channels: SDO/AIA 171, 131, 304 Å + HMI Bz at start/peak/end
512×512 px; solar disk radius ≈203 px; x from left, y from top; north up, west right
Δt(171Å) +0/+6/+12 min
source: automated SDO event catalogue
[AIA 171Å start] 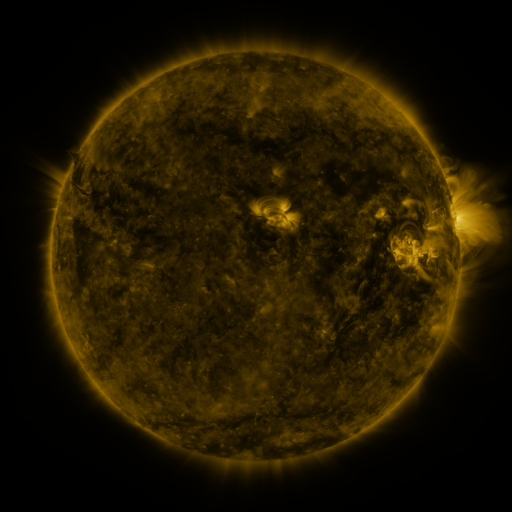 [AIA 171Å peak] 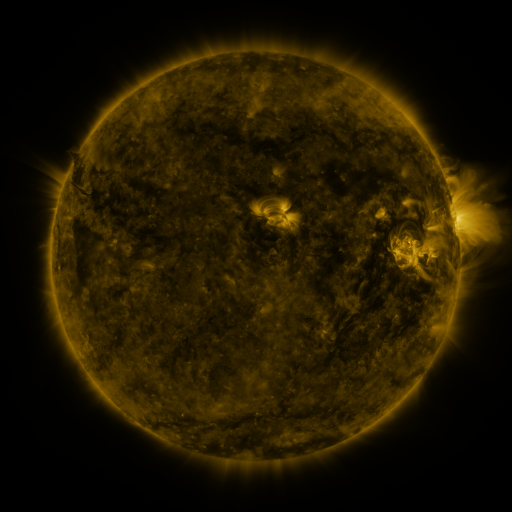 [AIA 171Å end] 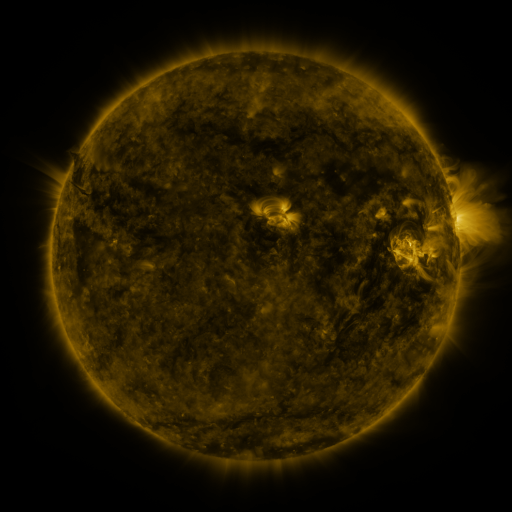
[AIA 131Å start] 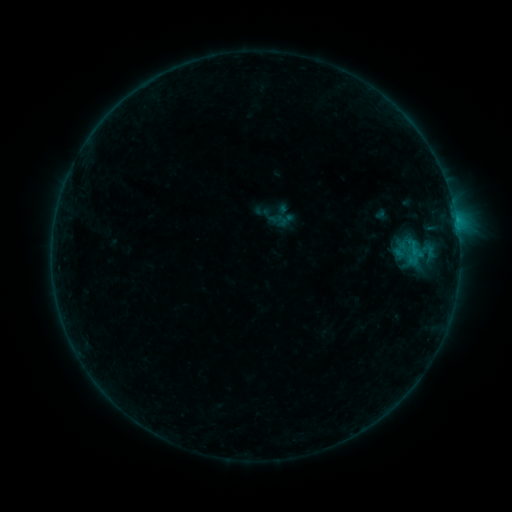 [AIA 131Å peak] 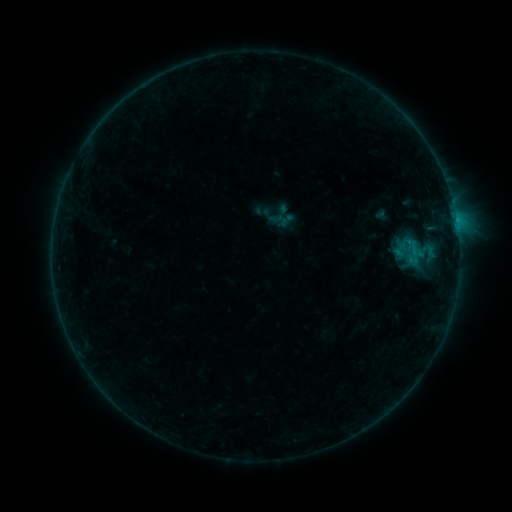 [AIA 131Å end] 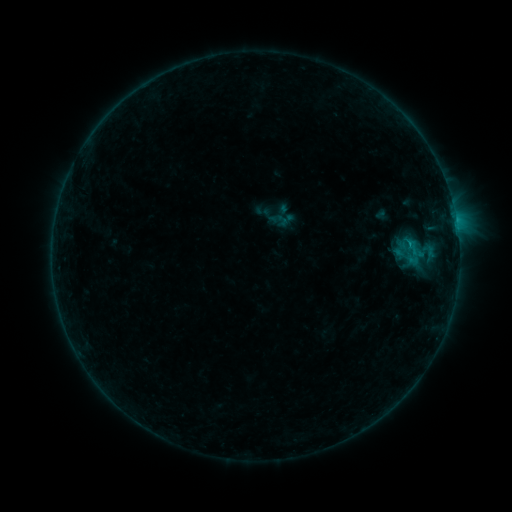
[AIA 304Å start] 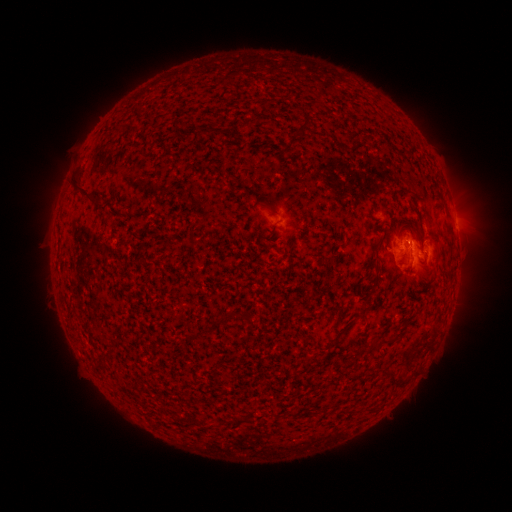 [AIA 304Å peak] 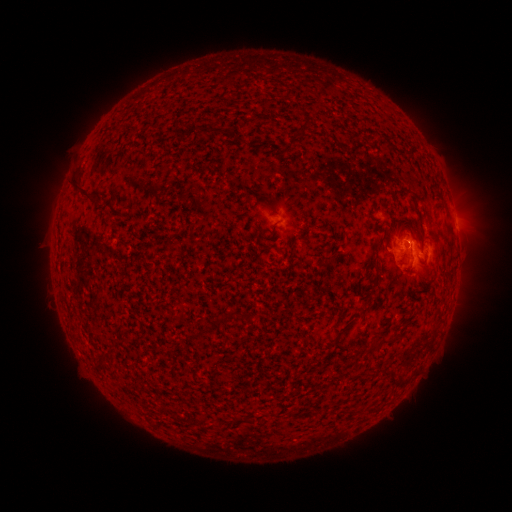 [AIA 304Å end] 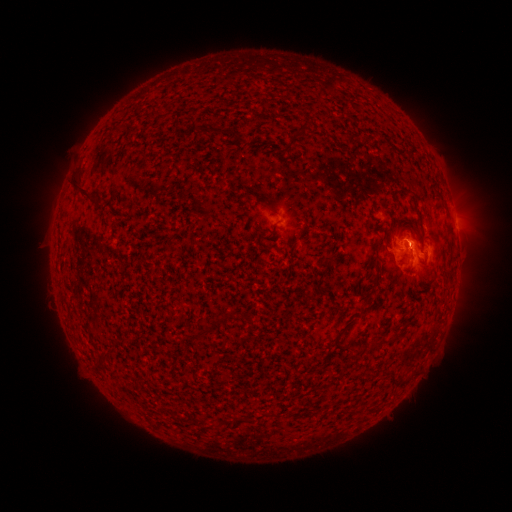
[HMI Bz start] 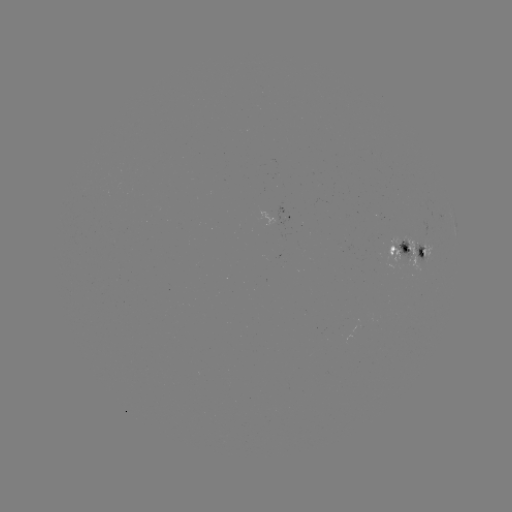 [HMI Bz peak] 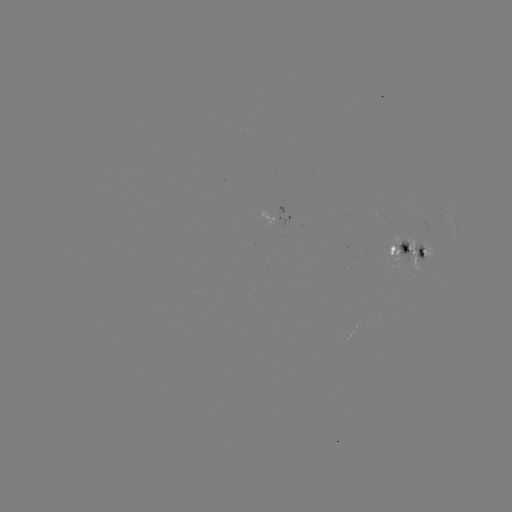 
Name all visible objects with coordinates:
B6.4 flare: (408, 246)
